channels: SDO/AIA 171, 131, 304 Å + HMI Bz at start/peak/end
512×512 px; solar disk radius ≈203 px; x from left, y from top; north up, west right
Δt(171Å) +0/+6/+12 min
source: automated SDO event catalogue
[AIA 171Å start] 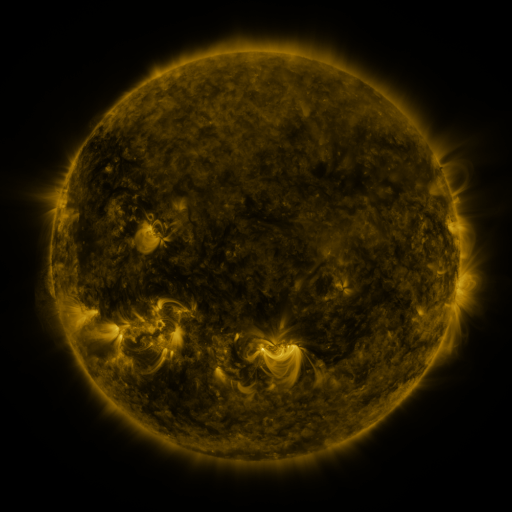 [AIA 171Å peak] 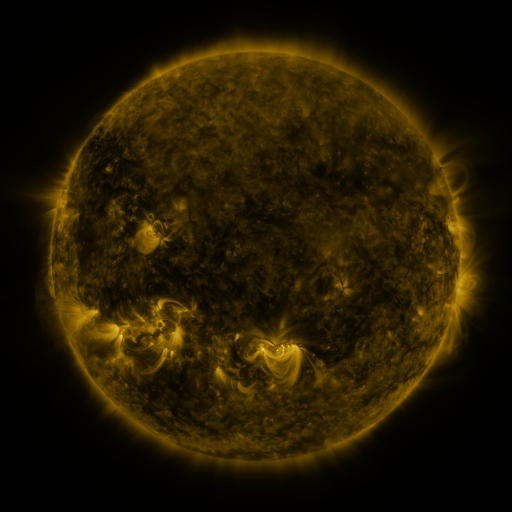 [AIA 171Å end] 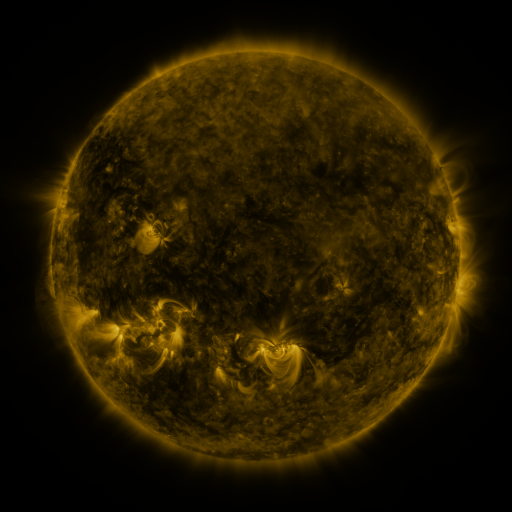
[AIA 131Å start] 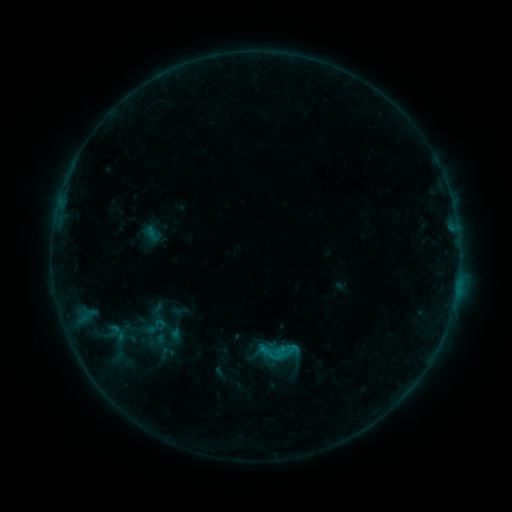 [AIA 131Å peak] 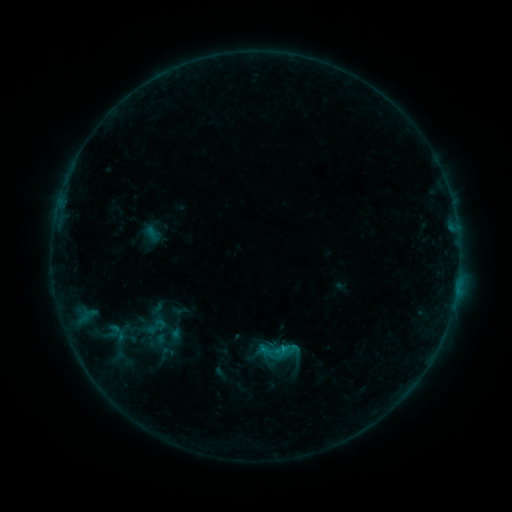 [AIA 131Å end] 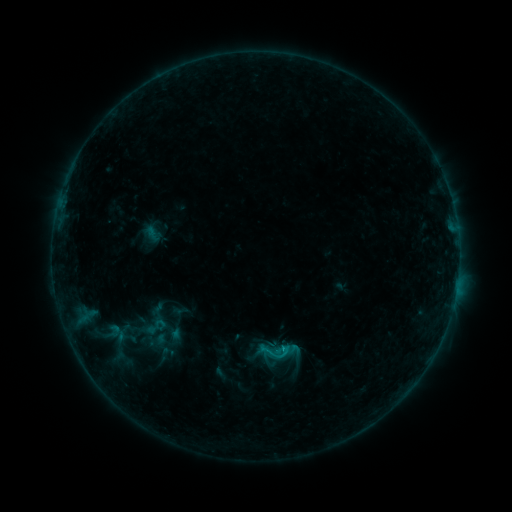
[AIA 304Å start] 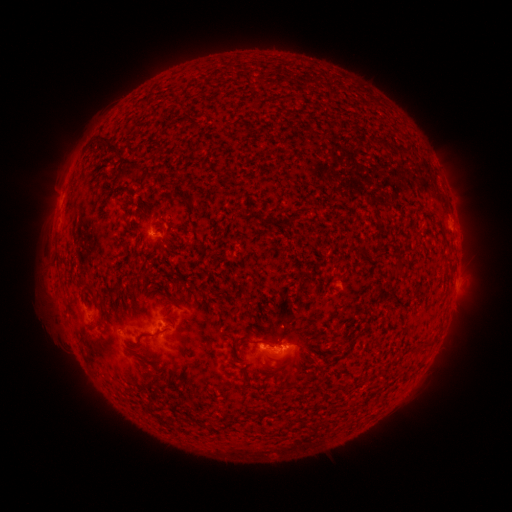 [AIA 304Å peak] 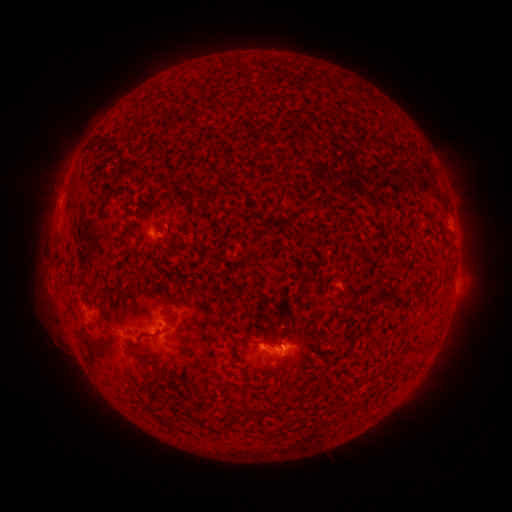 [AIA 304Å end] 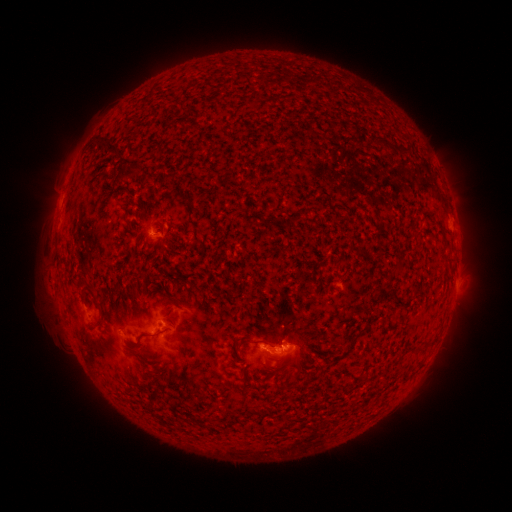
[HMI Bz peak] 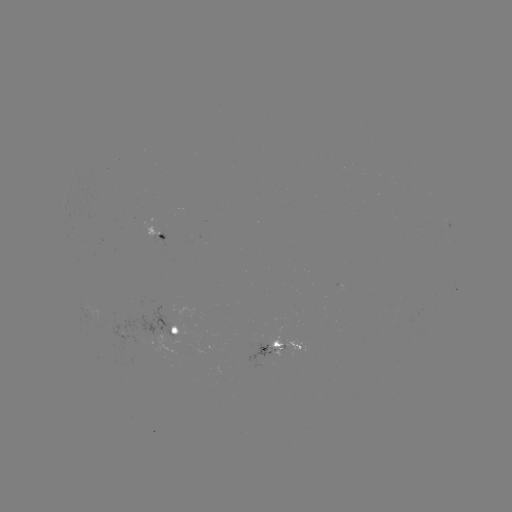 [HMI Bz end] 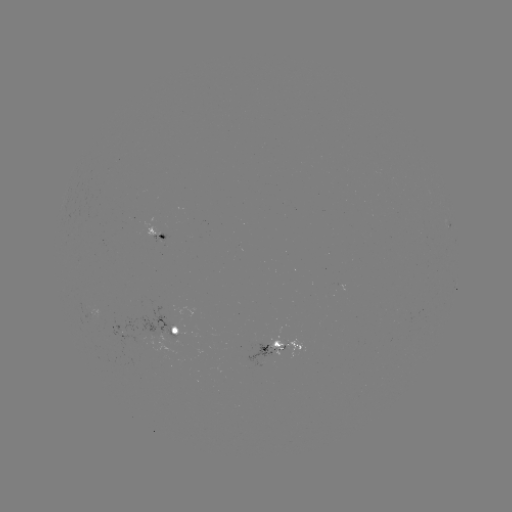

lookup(B6.5 flare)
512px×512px [282, 345]